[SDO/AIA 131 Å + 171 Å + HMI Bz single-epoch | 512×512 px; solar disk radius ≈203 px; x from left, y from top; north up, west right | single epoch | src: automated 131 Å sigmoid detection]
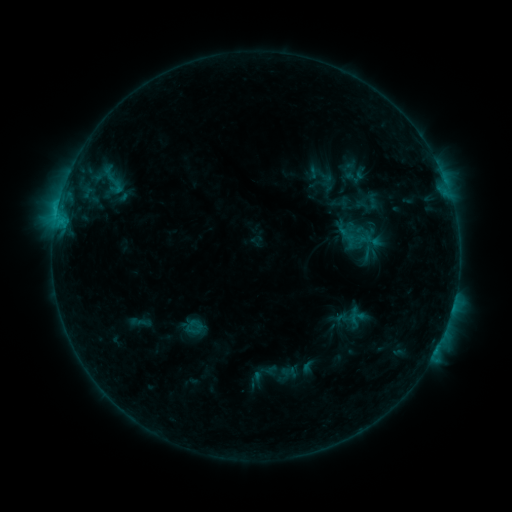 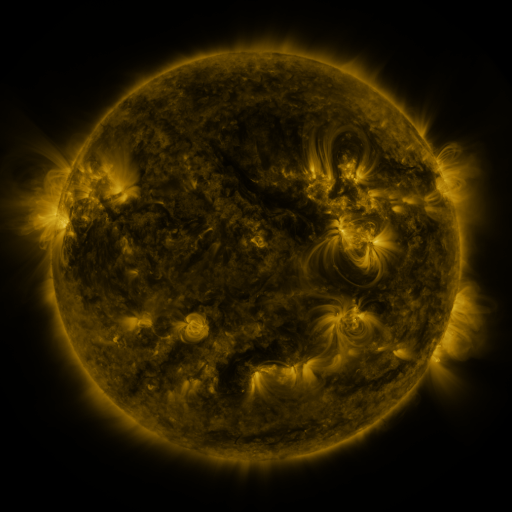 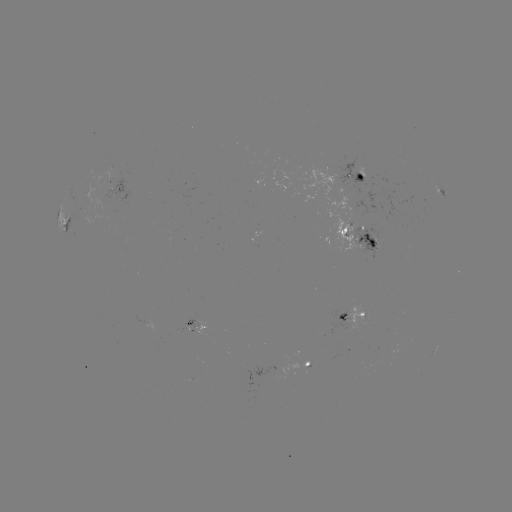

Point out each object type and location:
sigmoid: (112, 180)
sigmoid: (192, 329)
